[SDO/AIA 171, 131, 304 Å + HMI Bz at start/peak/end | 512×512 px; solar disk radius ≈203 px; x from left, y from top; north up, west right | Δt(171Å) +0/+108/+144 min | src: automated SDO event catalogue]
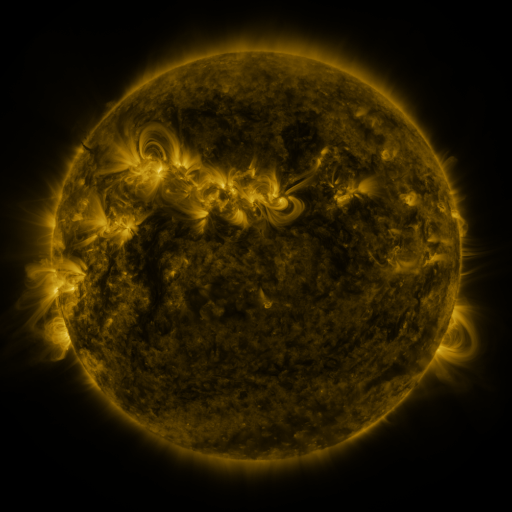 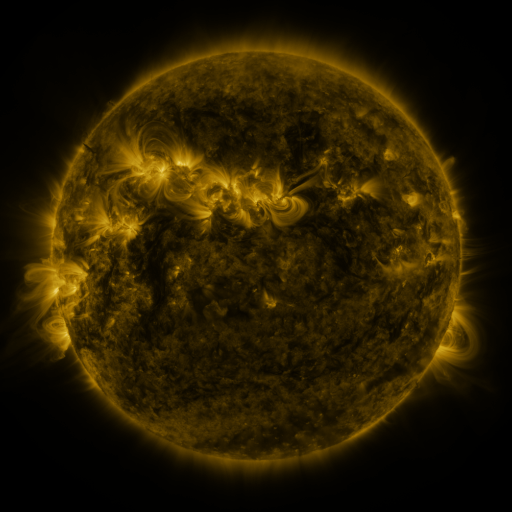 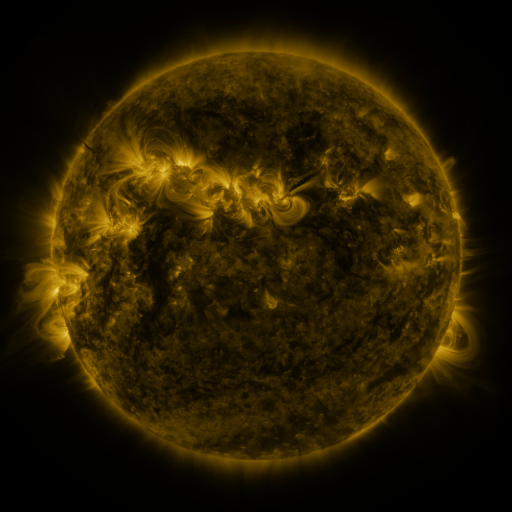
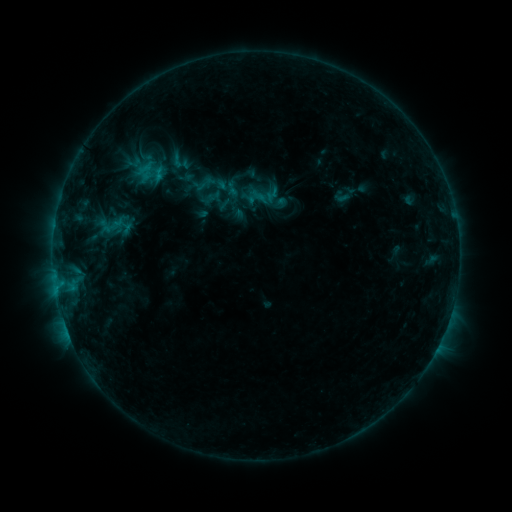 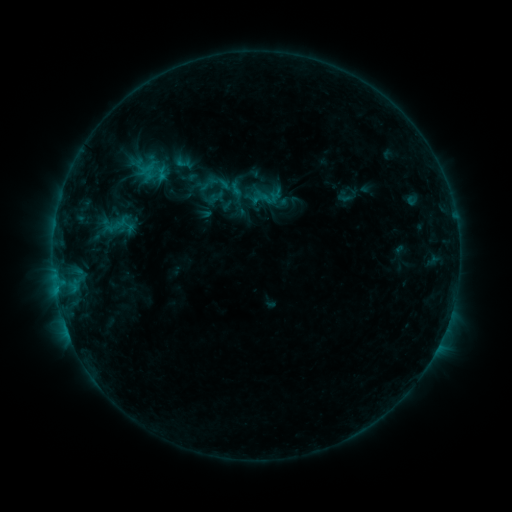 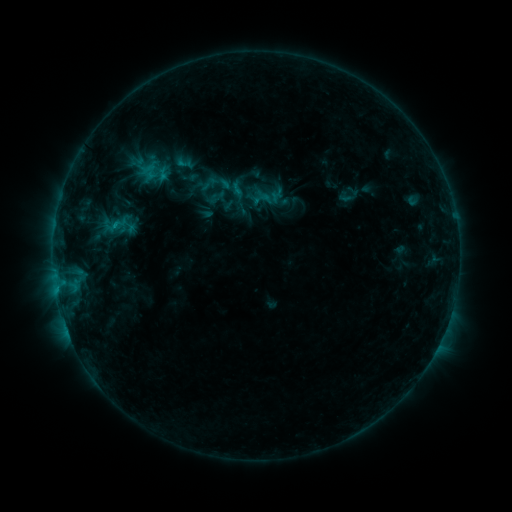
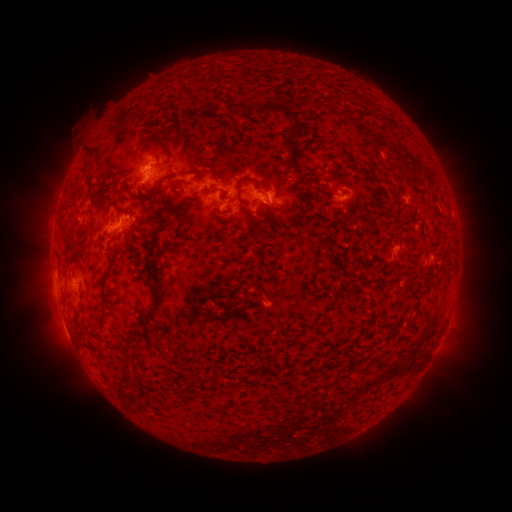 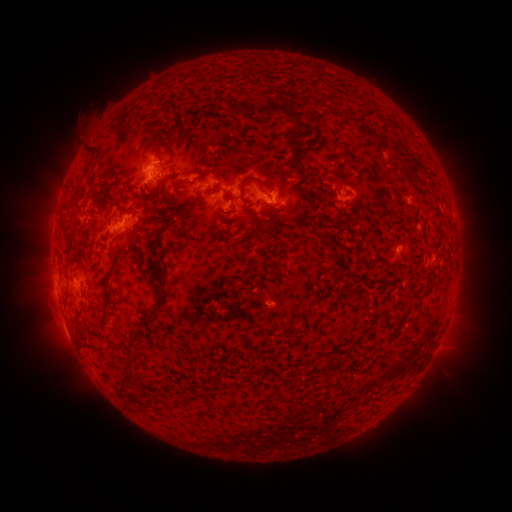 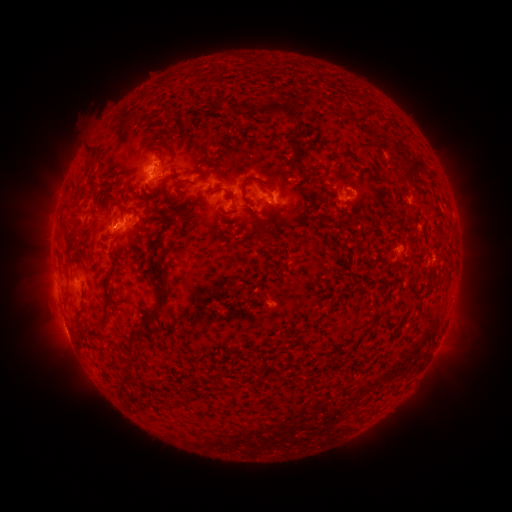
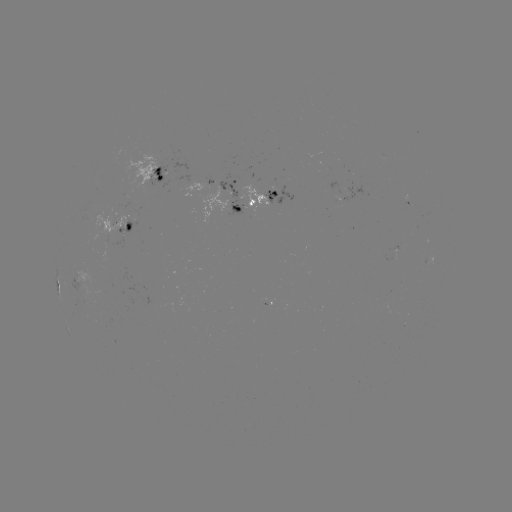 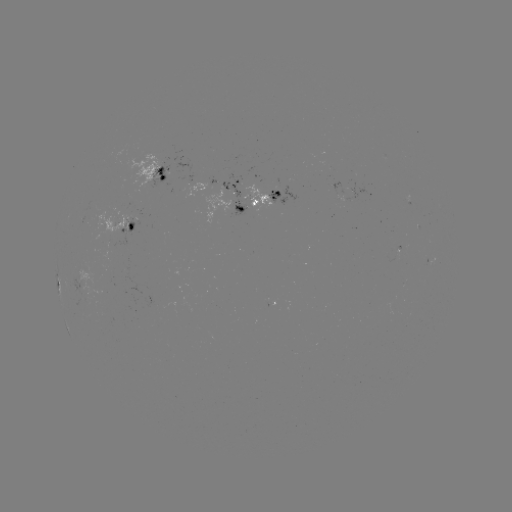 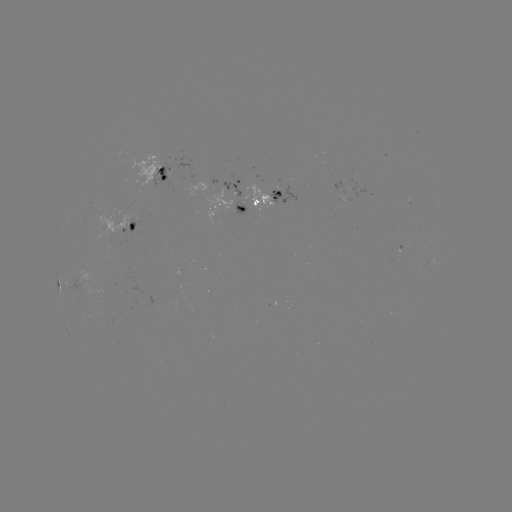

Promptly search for emerging-flux region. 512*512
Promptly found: [334, 187].